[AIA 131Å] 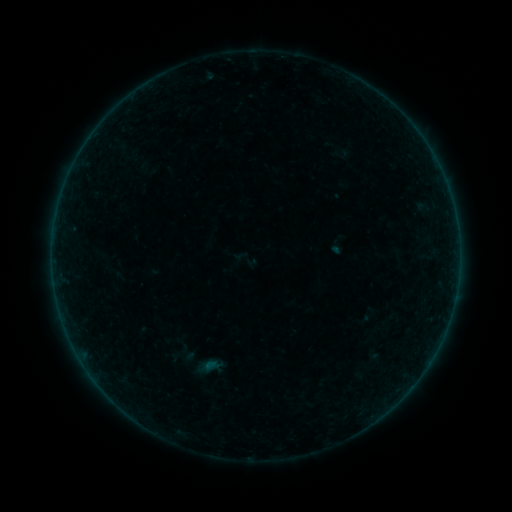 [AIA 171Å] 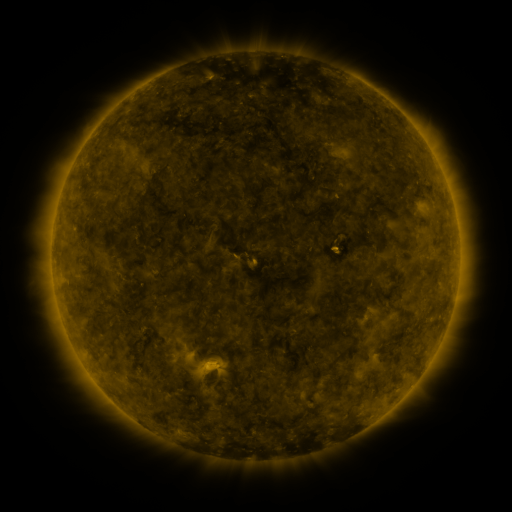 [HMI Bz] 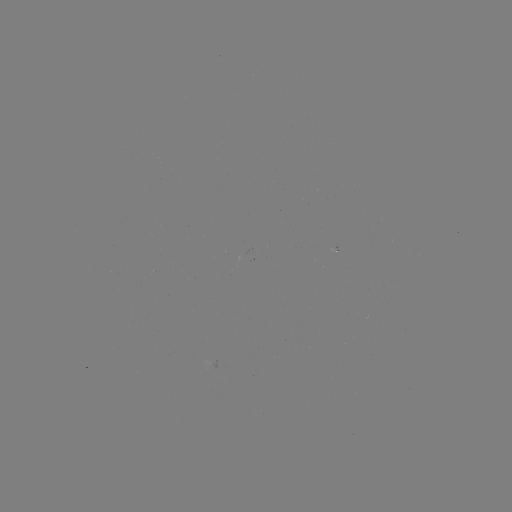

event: sigmoid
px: (246, 259)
